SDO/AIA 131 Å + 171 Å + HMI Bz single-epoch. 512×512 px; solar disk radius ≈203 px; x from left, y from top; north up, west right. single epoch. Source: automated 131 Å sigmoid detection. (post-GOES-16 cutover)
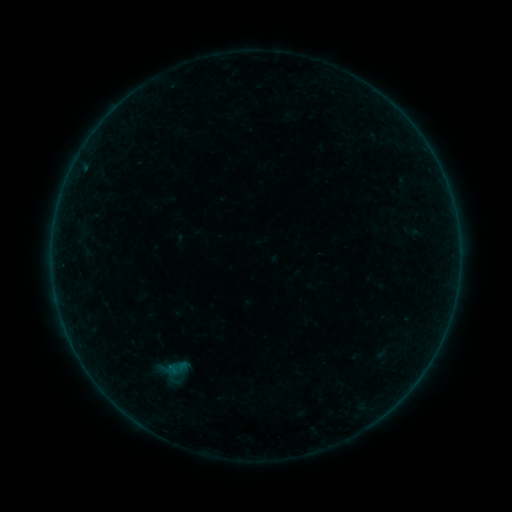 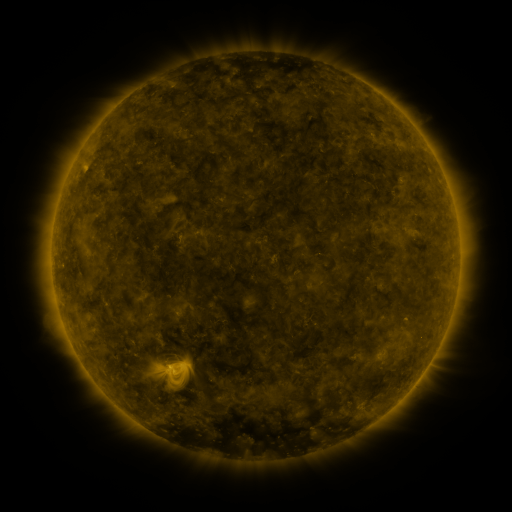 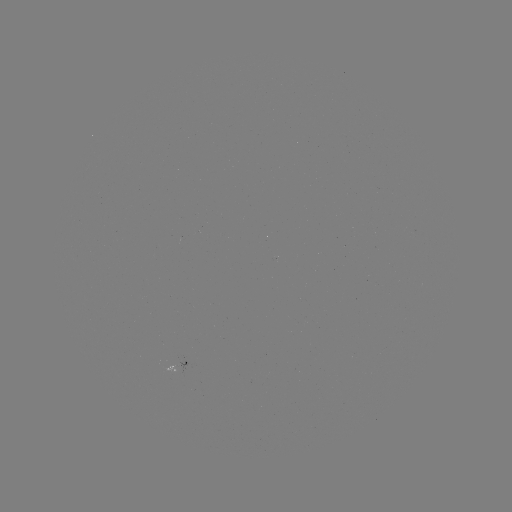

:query sigmoid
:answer (176, 367)